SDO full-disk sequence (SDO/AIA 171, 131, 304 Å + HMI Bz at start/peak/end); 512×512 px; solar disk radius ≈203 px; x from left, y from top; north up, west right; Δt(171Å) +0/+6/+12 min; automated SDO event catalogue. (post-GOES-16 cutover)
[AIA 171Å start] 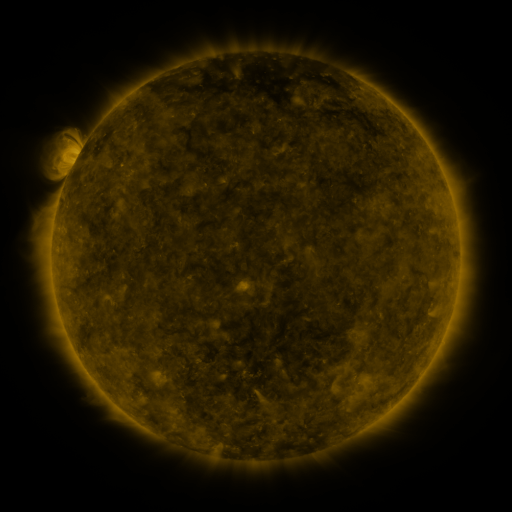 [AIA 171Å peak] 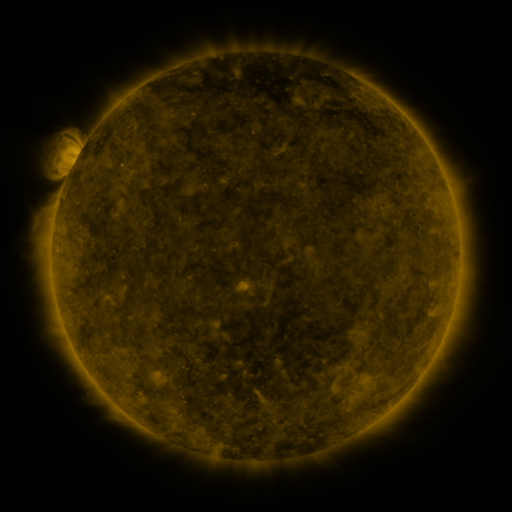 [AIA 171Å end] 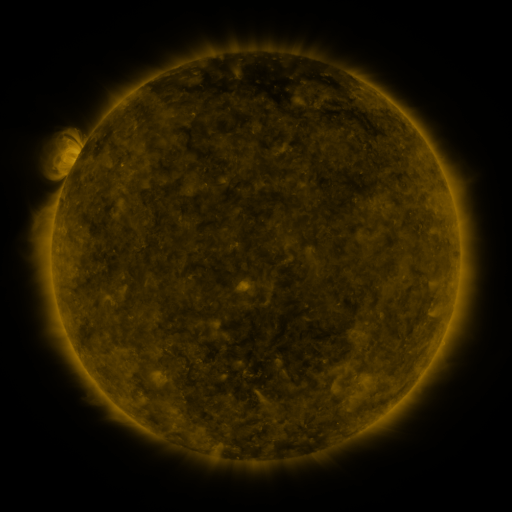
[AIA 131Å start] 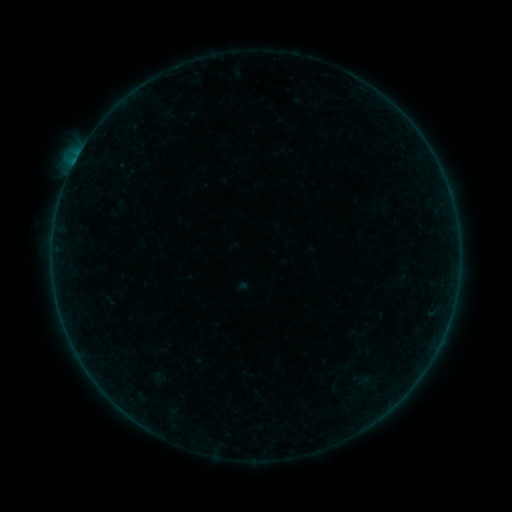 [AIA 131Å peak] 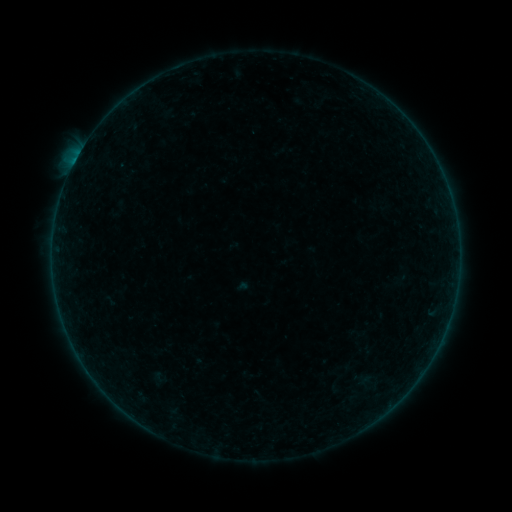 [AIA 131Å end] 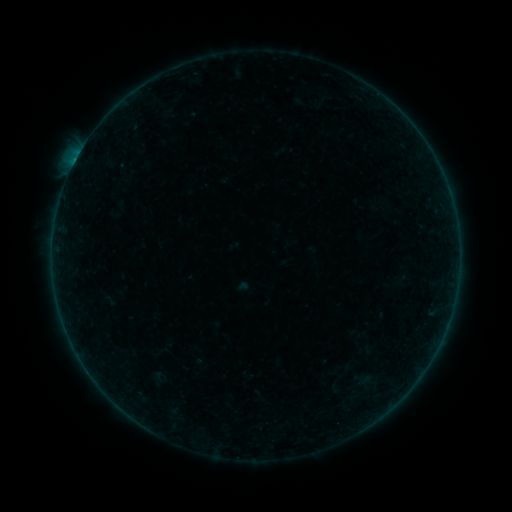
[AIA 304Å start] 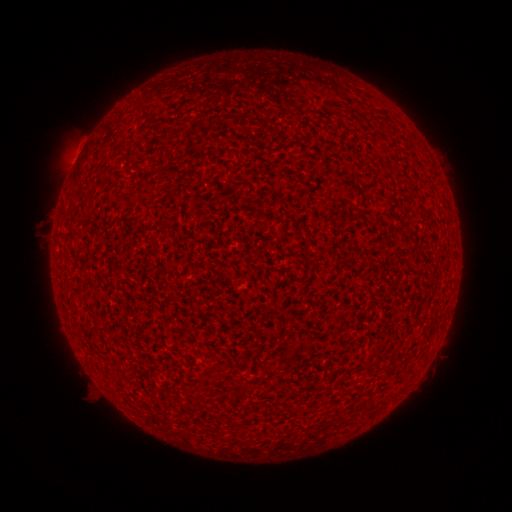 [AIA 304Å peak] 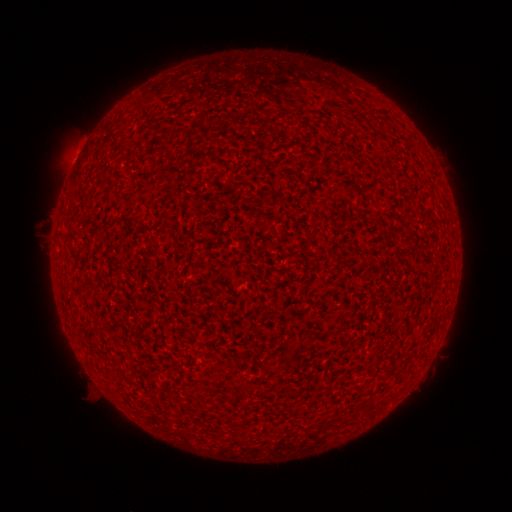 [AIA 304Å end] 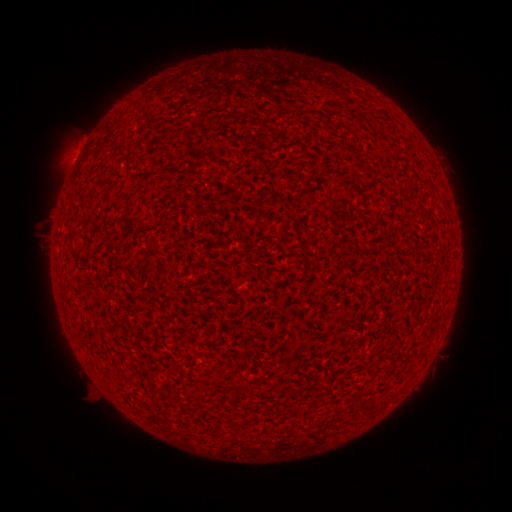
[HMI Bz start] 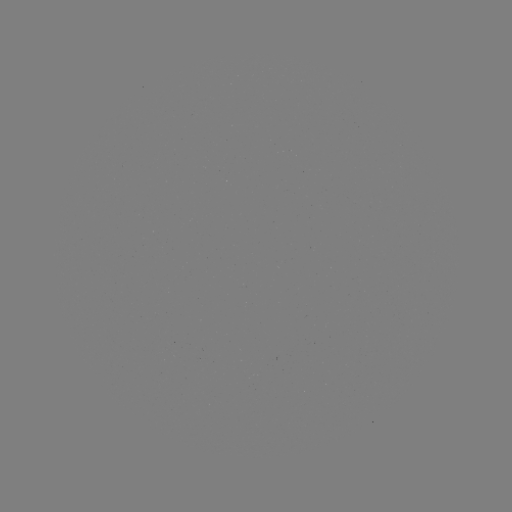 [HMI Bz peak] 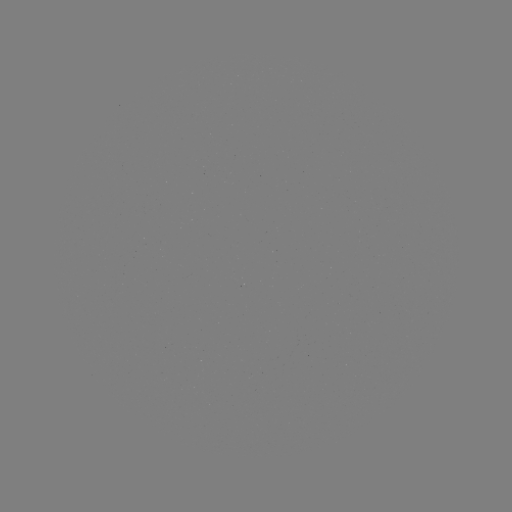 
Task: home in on B1.2 flare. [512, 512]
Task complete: (75, 165).